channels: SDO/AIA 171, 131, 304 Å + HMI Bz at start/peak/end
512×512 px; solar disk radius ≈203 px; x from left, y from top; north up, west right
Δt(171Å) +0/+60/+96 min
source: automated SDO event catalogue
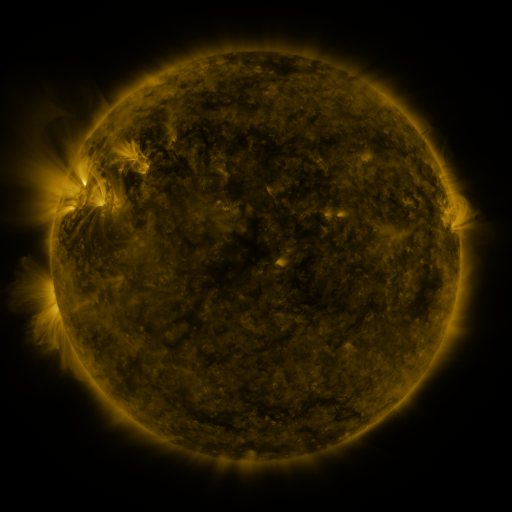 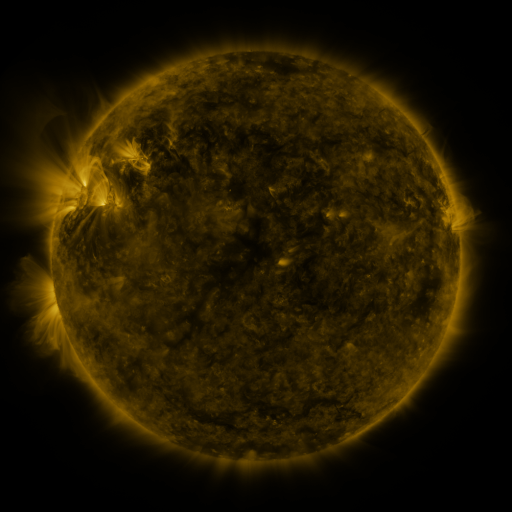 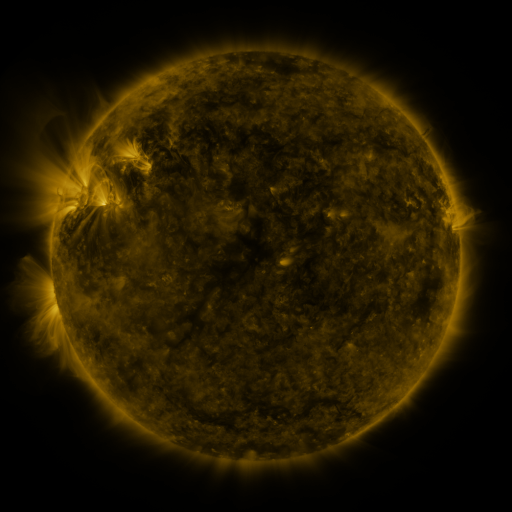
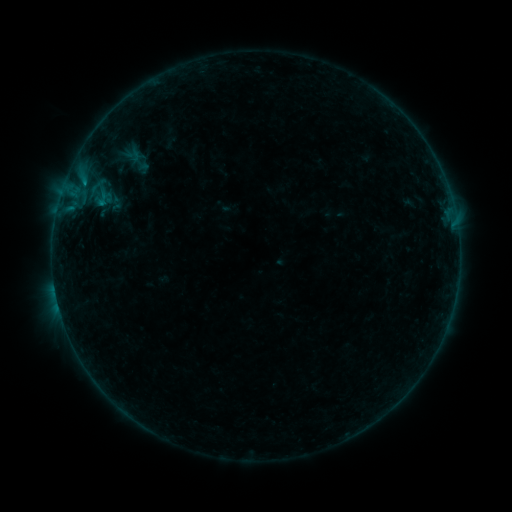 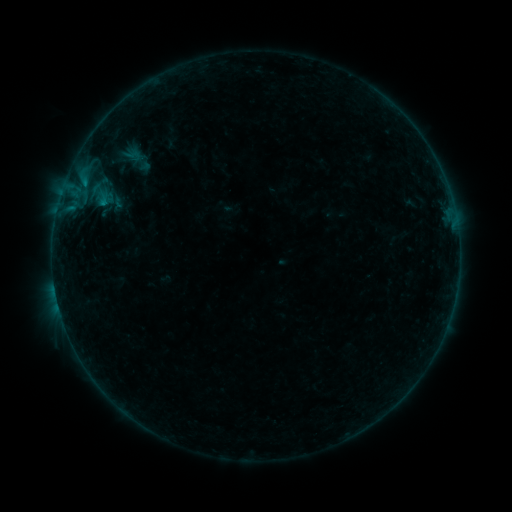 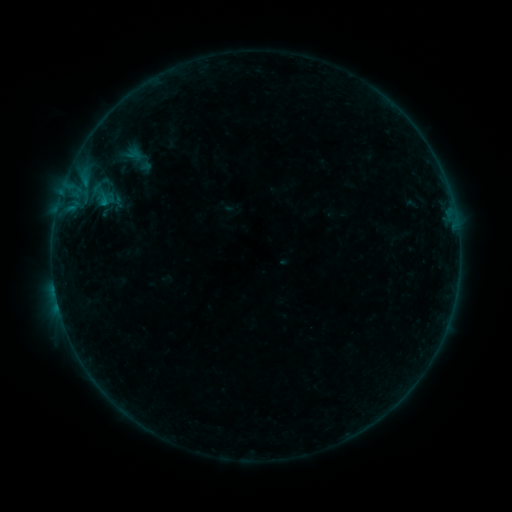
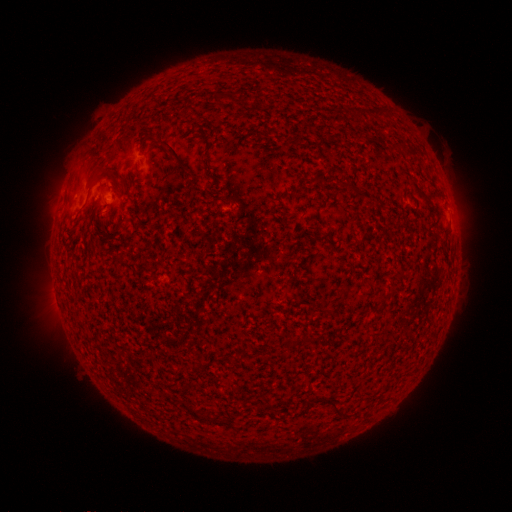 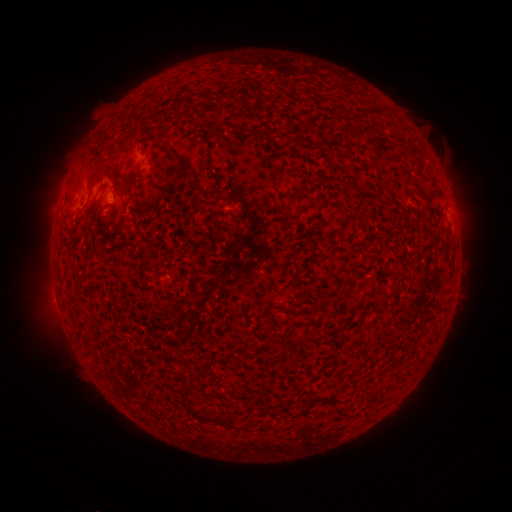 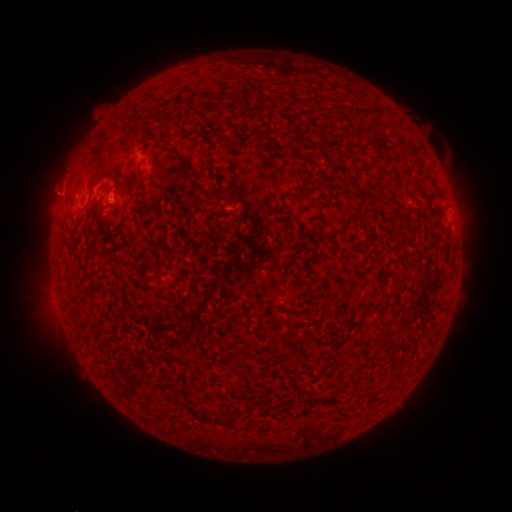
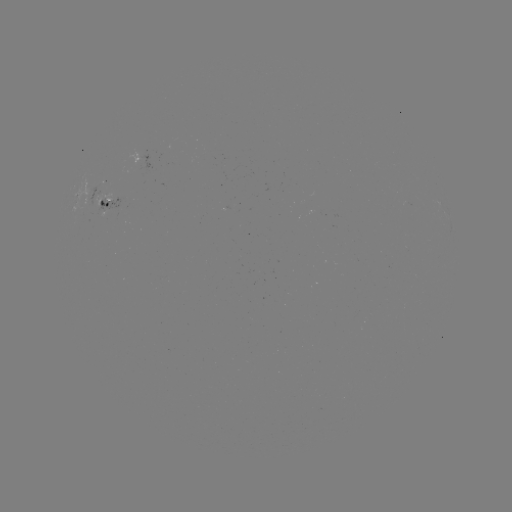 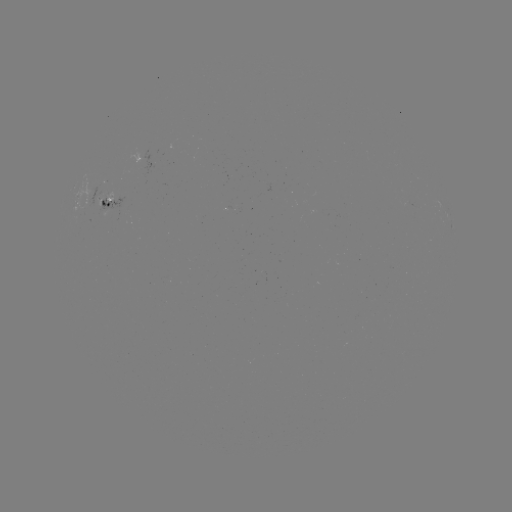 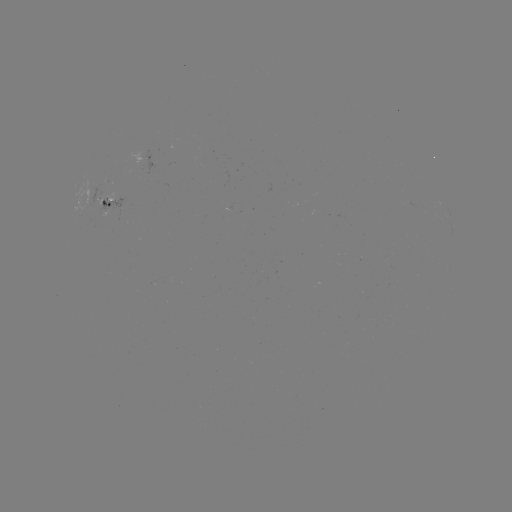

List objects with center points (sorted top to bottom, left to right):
emerging-flux region: (105, 202)
